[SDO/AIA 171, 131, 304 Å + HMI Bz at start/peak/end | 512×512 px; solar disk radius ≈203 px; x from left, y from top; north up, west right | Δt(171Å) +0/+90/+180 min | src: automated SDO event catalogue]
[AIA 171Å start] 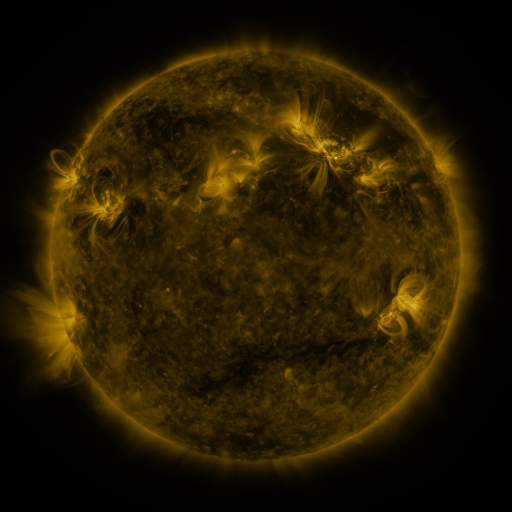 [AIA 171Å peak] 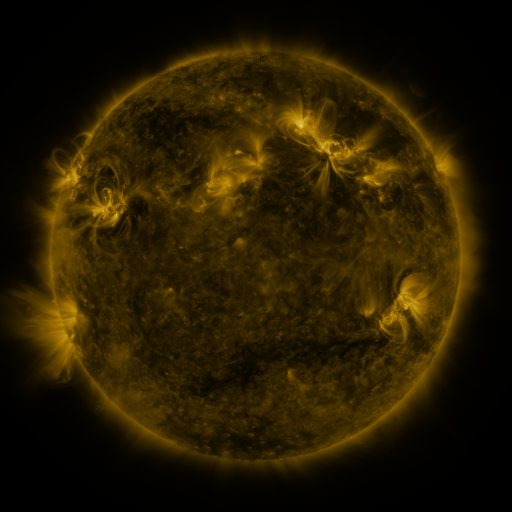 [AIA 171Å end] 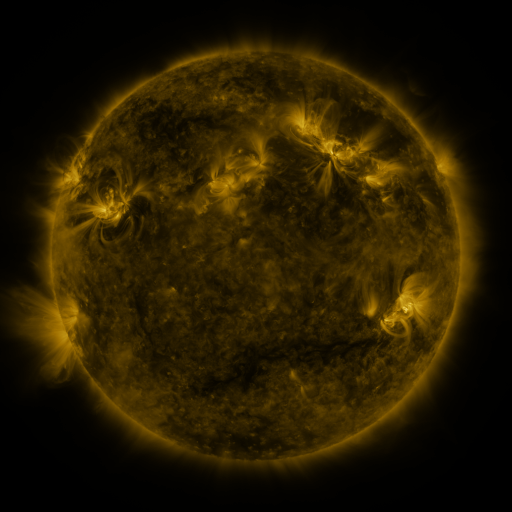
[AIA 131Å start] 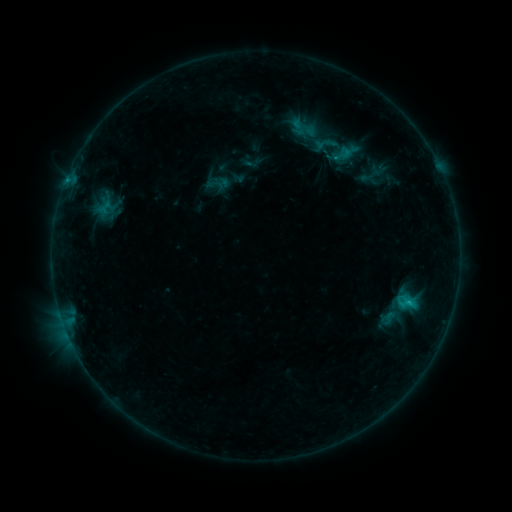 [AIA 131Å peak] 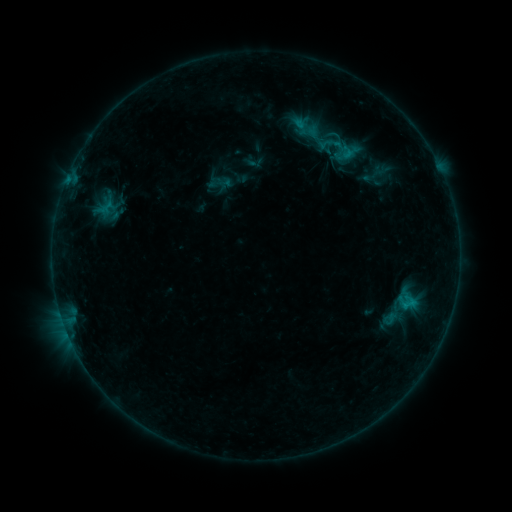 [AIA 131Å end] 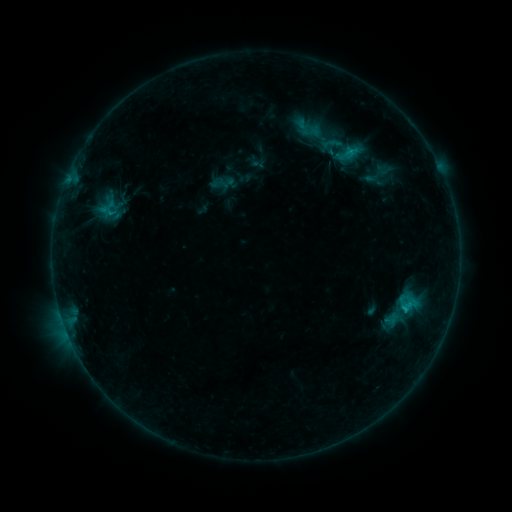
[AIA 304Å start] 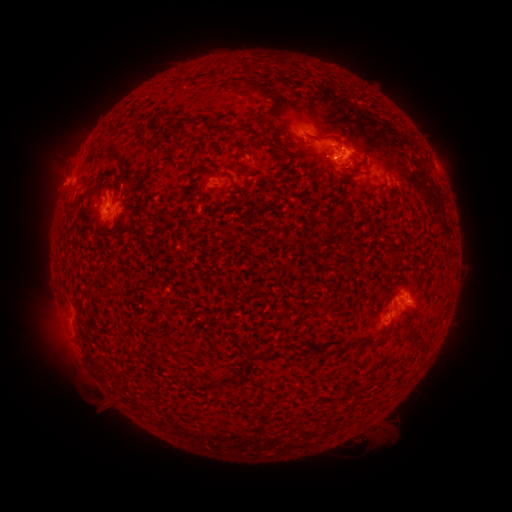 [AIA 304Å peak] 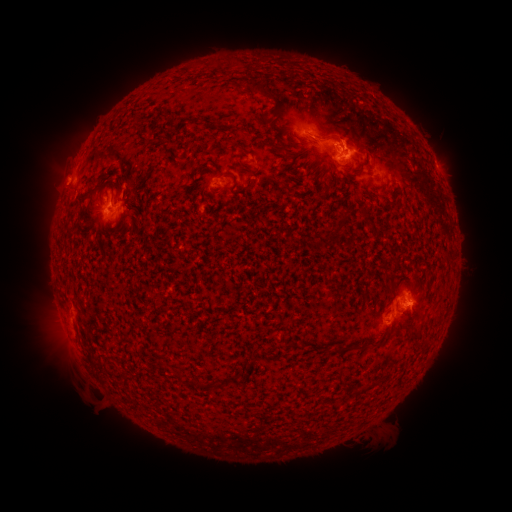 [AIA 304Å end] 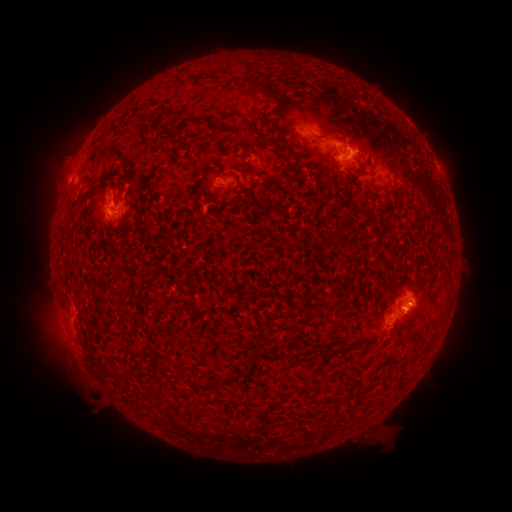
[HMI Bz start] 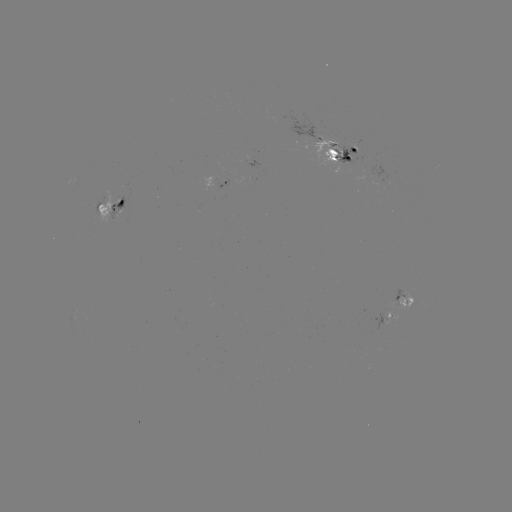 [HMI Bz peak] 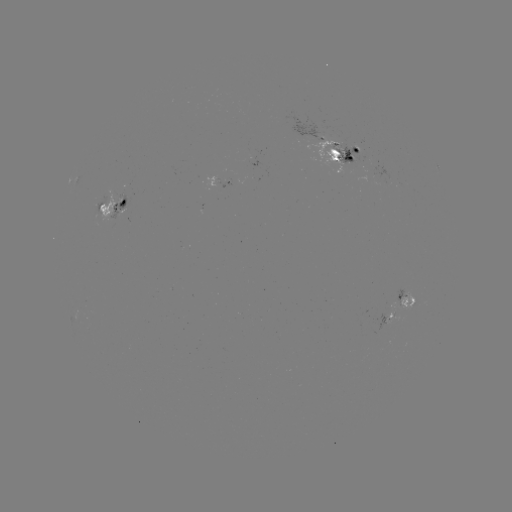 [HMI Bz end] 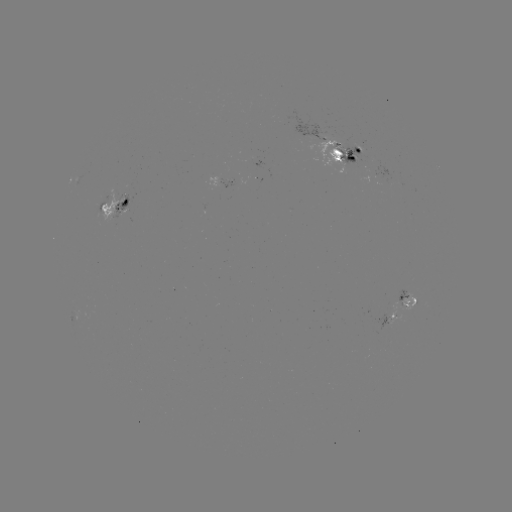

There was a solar emerging-flux region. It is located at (221, 184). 